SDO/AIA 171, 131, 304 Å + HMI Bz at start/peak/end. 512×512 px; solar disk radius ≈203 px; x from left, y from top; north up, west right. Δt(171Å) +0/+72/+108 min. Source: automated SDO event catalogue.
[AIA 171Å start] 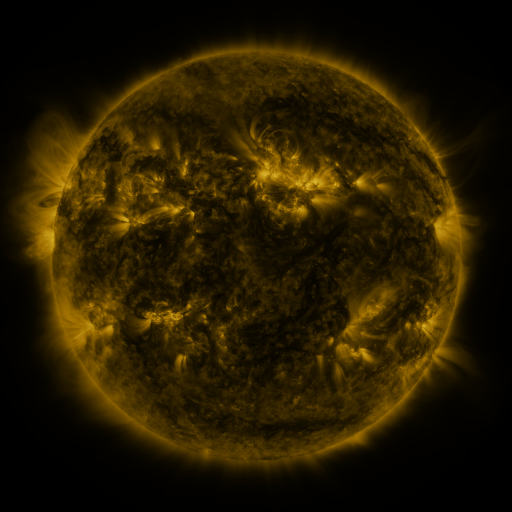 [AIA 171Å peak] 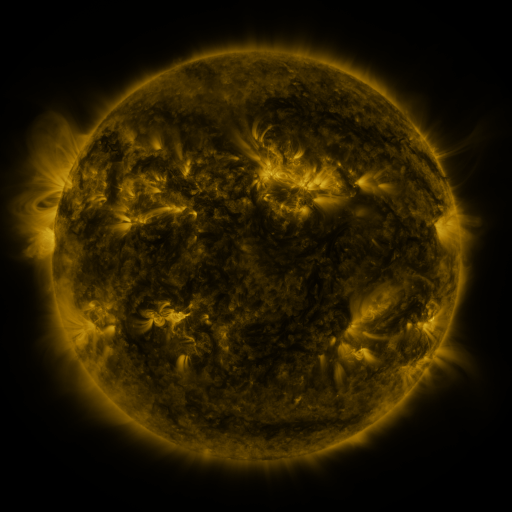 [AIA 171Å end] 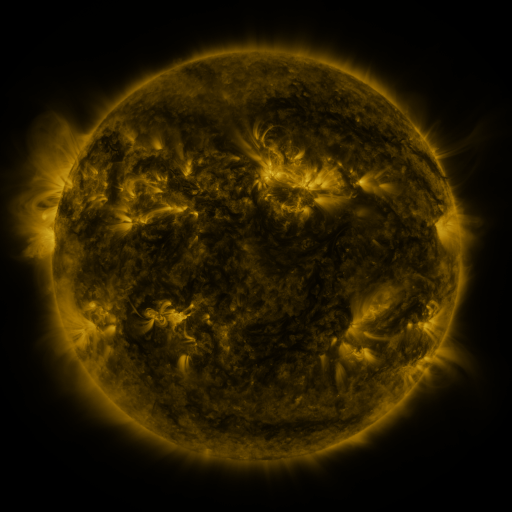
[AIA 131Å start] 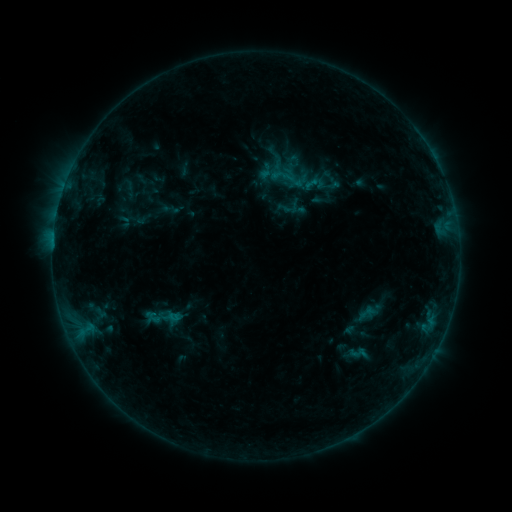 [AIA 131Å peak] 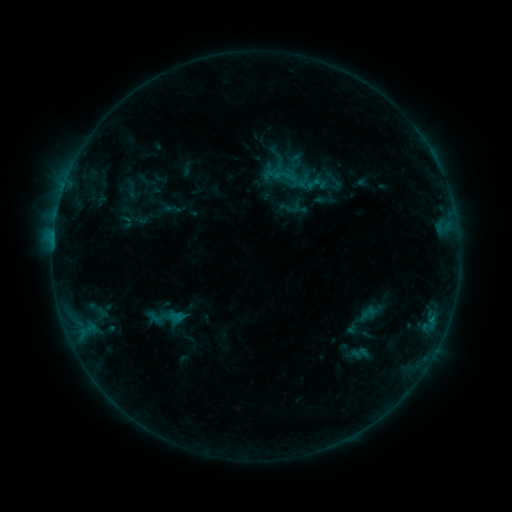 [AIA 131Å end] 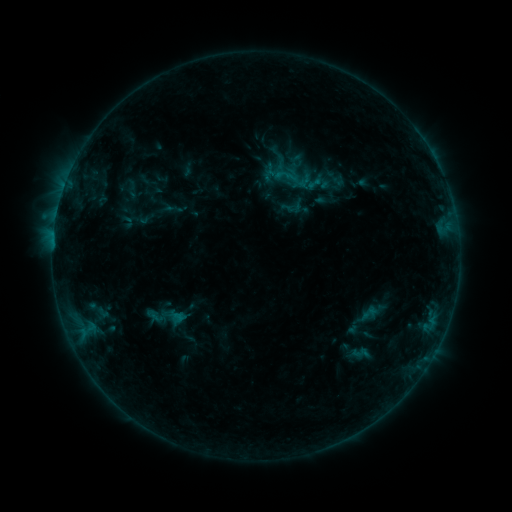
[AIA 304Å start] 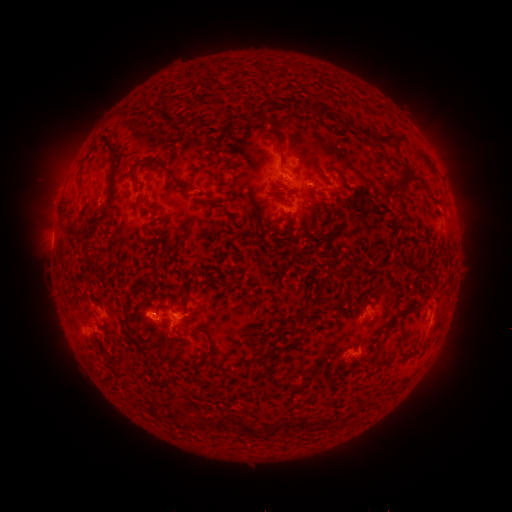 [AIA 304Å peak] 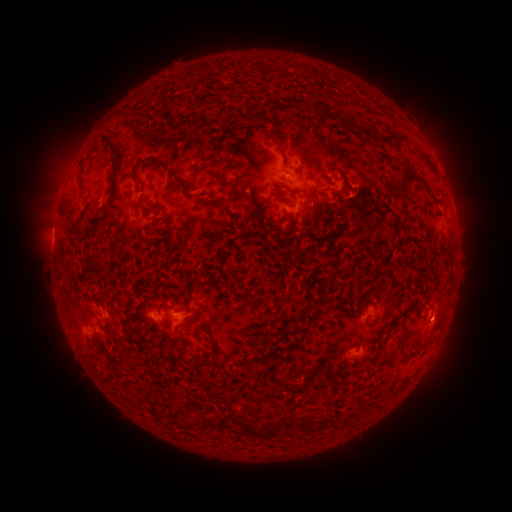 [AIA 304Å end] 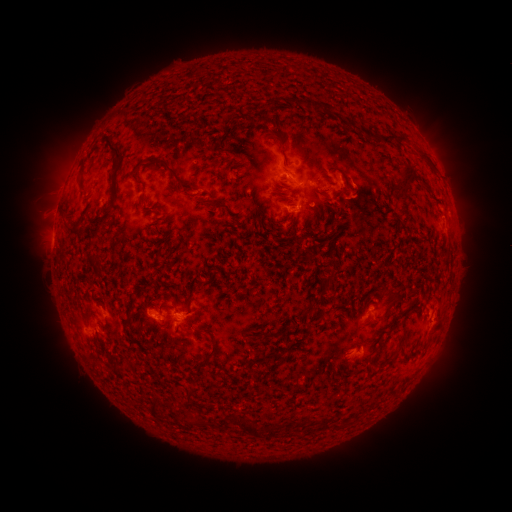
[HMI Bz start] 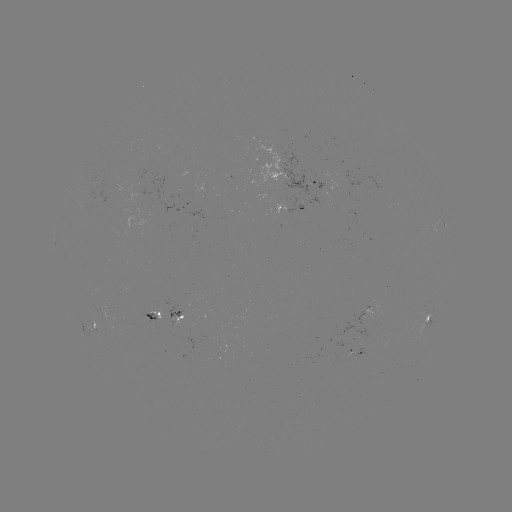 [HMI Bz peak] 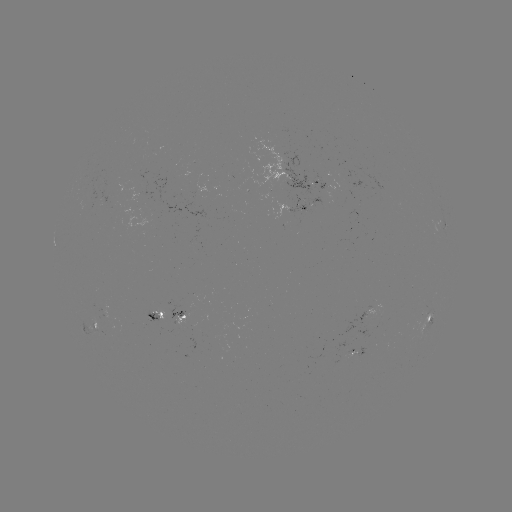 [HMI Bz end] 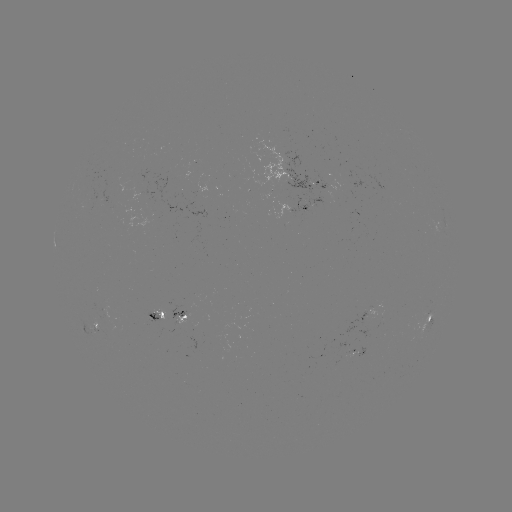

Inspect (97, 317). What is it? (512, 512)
emerging-flux region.